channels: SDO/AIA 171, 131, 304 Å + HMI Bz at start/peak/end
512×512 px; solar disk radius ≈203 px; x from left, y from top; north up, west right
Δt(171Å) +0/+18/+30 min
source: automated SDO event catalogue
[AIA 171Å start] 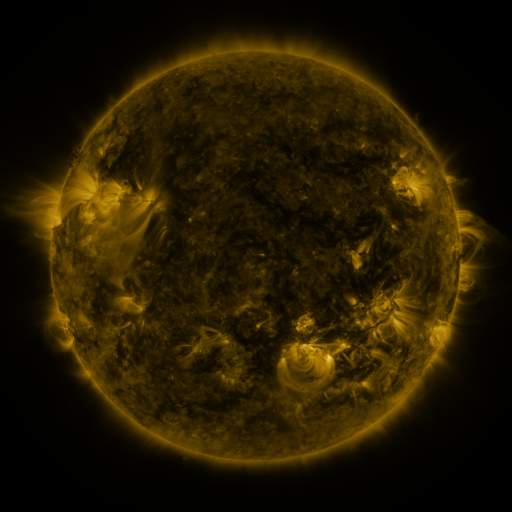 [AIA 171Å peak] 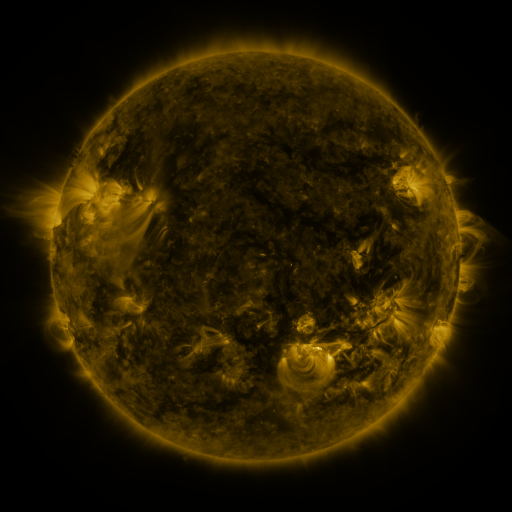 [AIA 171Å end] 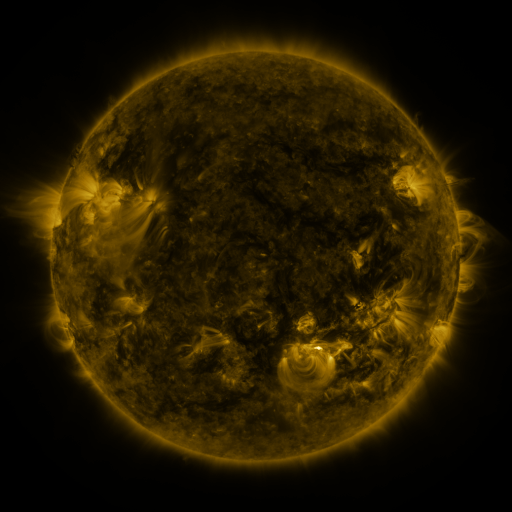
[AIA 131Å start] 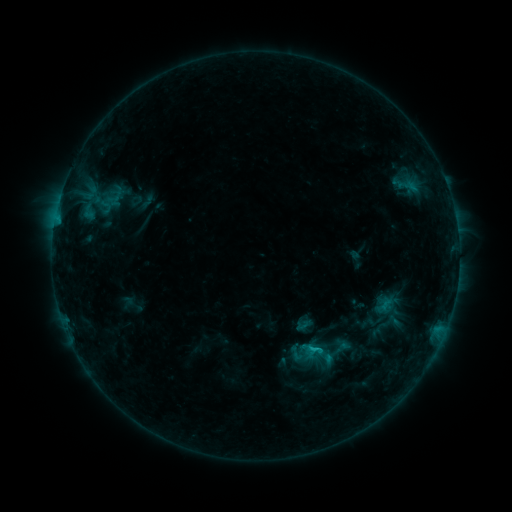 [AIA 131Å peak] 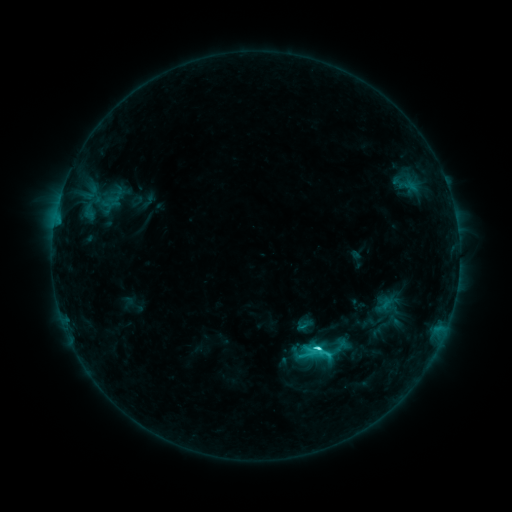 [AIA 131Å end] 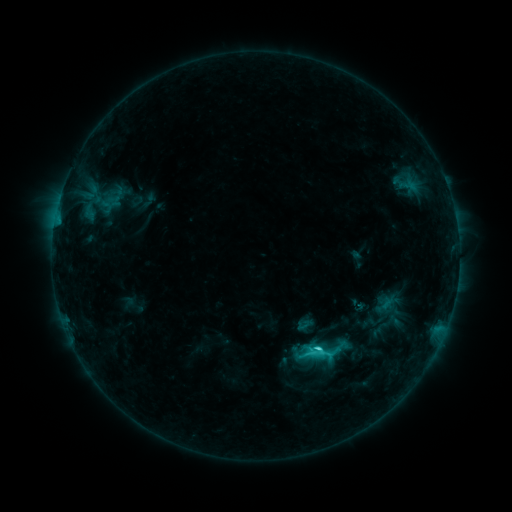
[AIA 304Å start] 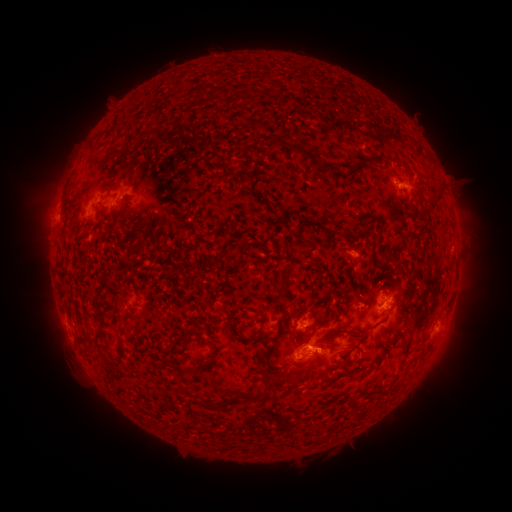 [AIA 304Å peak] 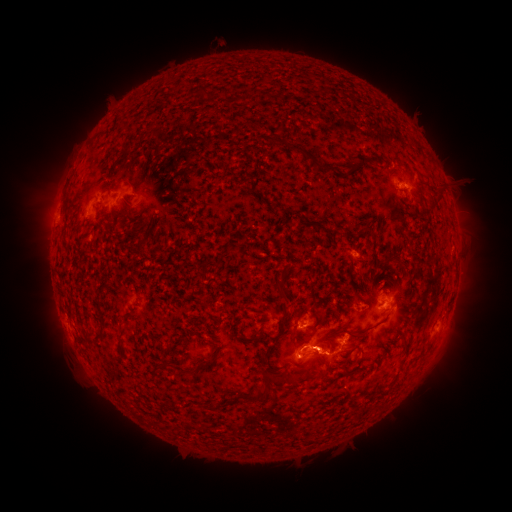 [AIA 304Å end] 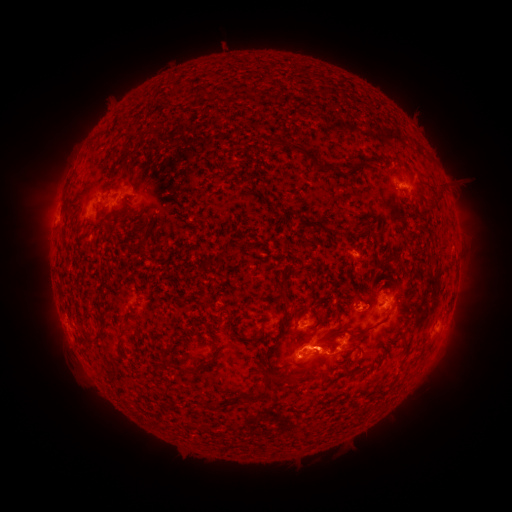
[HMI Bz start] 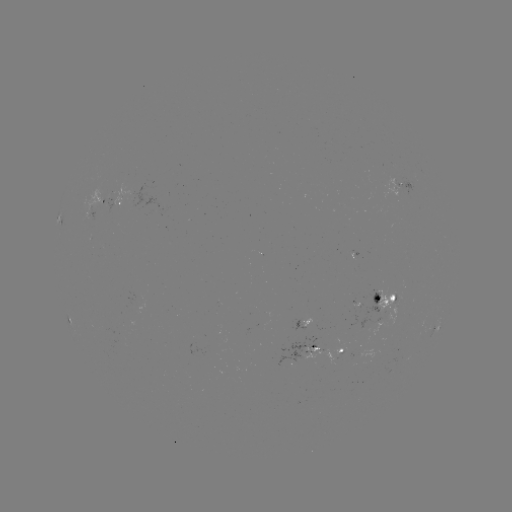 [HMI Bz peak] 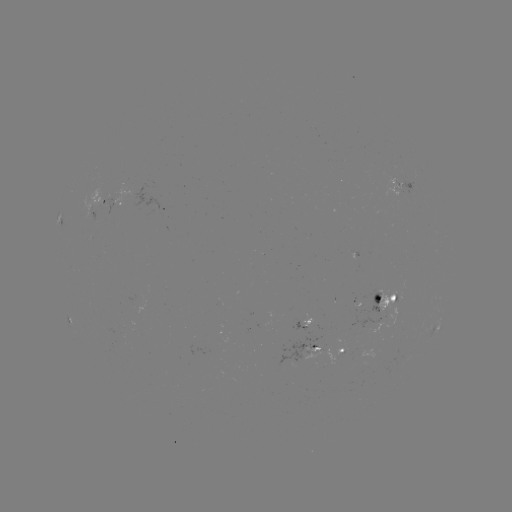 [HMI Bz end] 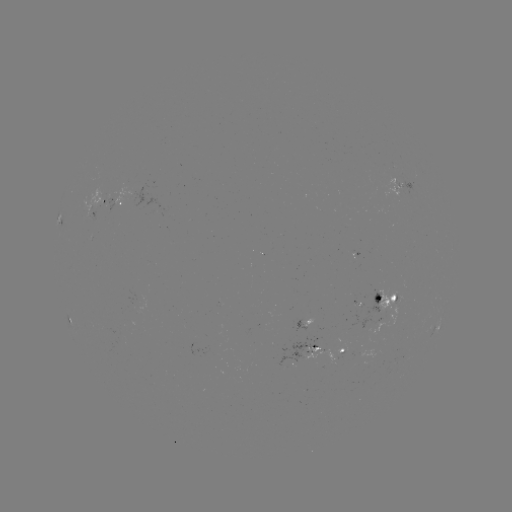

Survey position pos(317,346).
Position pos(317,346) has C4.4 flare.